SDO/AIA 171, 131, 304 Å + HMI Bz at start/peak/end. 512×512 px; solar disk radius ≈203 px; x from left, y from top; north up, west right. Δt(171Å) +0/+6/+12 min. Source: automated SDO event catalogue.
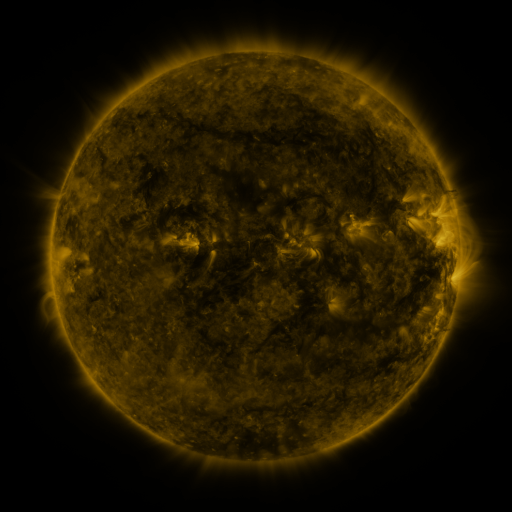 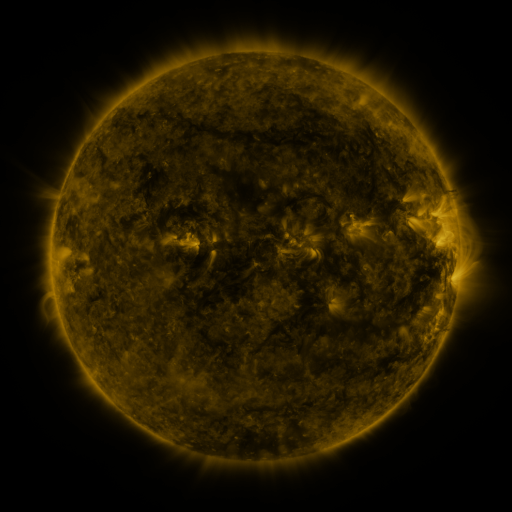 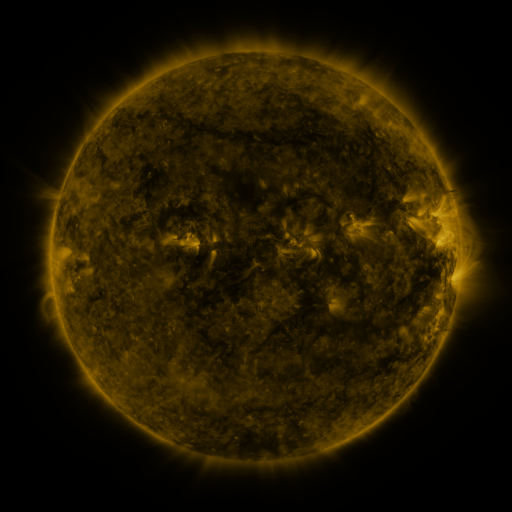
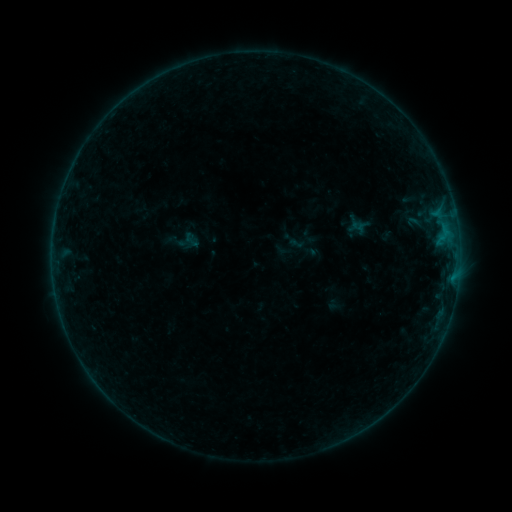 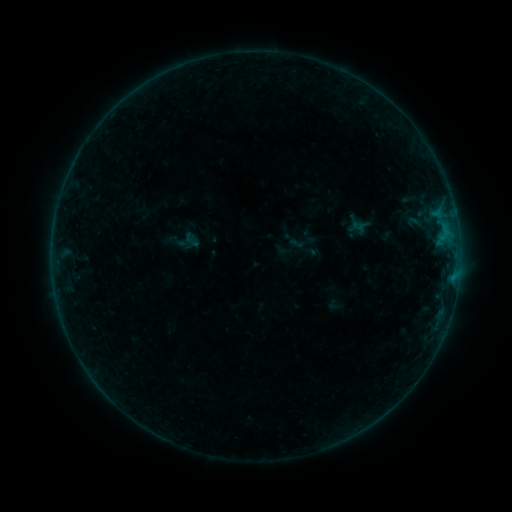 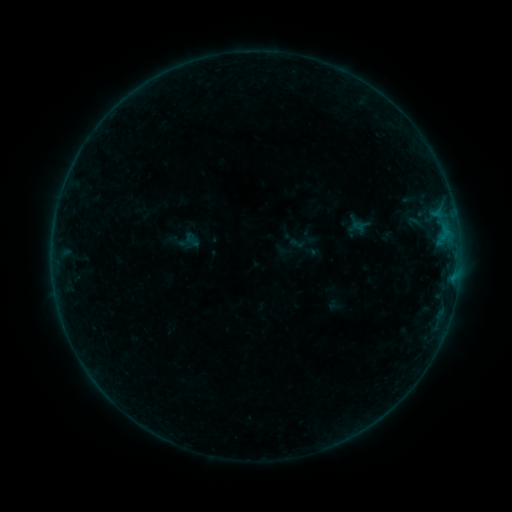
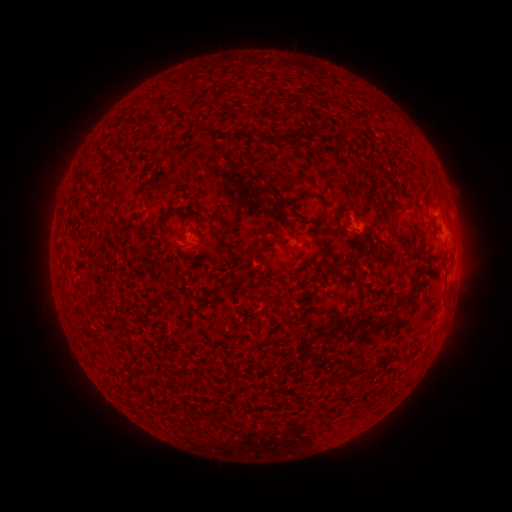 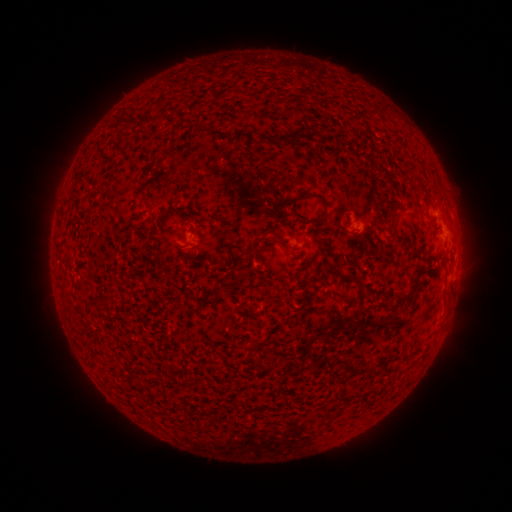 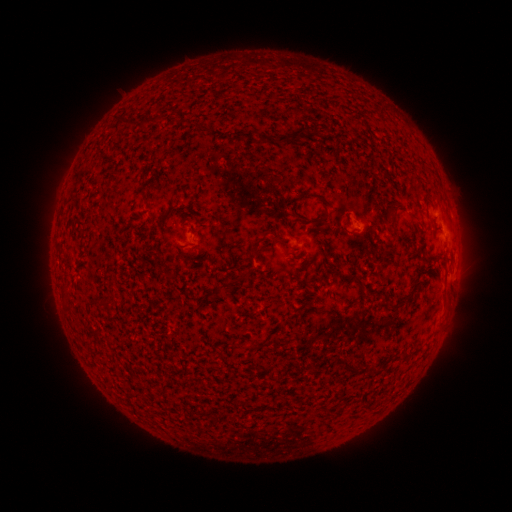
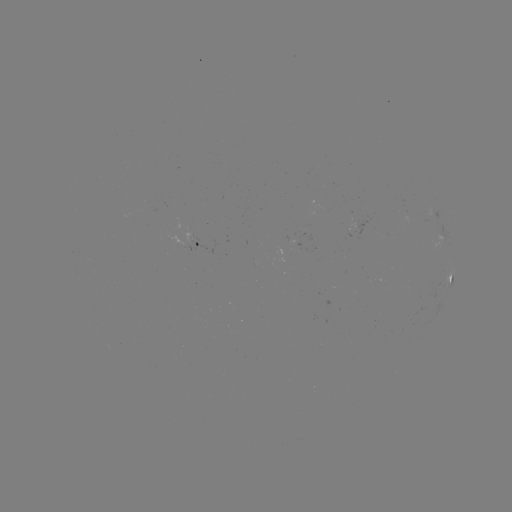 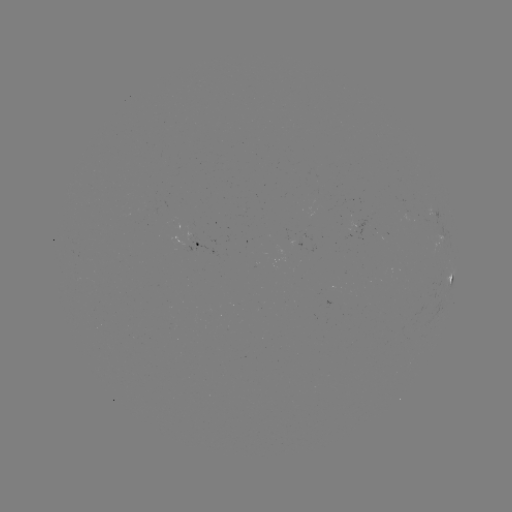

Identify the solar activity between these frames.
no catalogued flare and no flagged EUV brightening in this window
